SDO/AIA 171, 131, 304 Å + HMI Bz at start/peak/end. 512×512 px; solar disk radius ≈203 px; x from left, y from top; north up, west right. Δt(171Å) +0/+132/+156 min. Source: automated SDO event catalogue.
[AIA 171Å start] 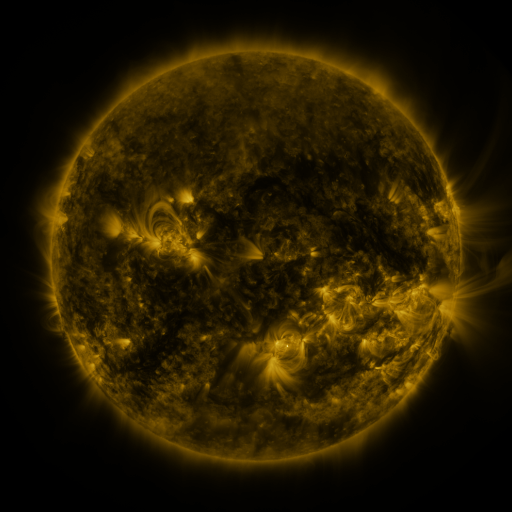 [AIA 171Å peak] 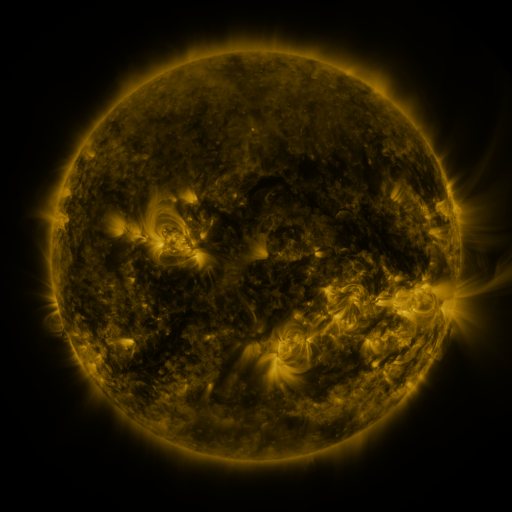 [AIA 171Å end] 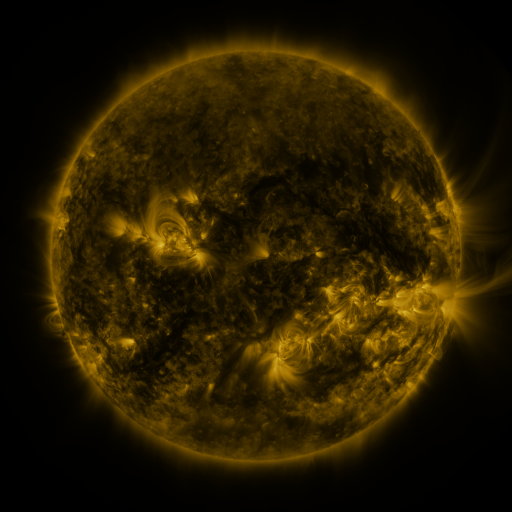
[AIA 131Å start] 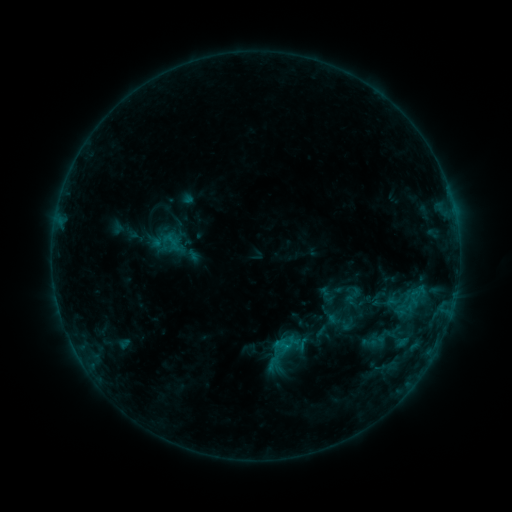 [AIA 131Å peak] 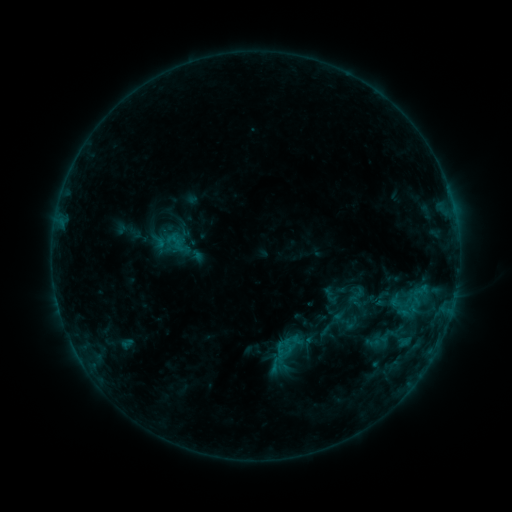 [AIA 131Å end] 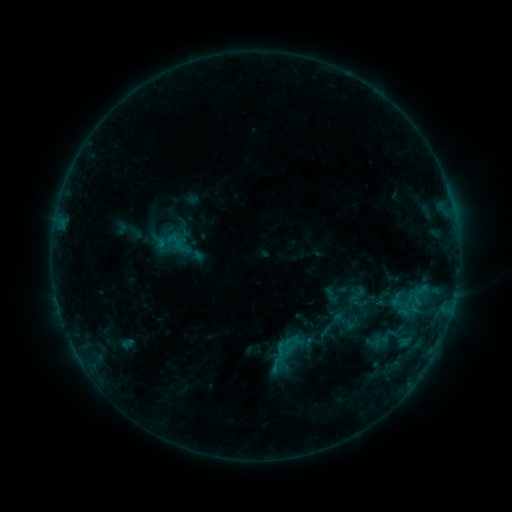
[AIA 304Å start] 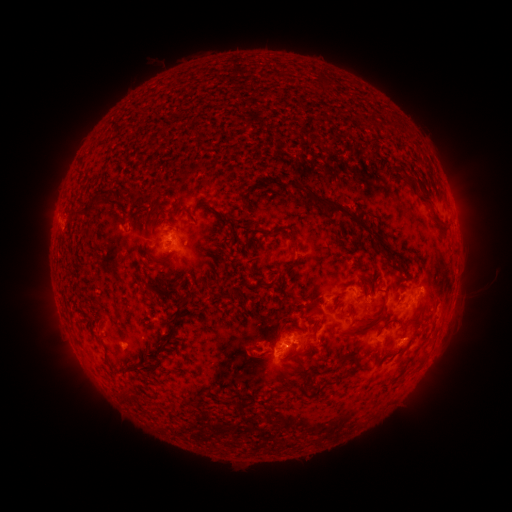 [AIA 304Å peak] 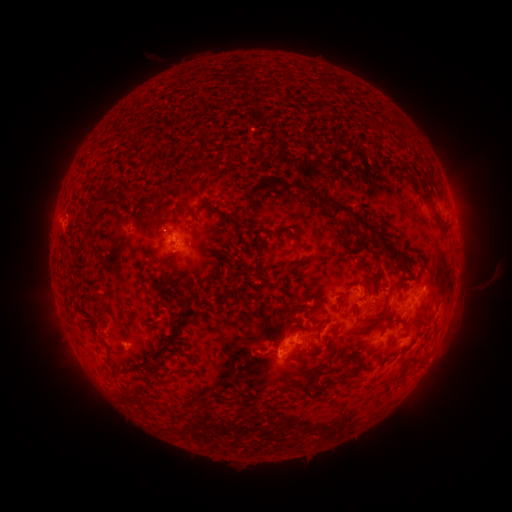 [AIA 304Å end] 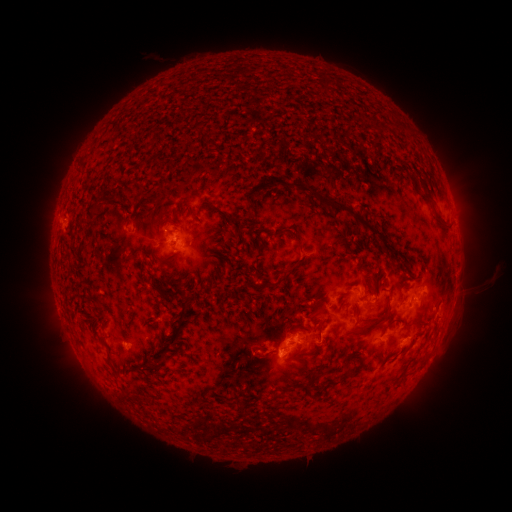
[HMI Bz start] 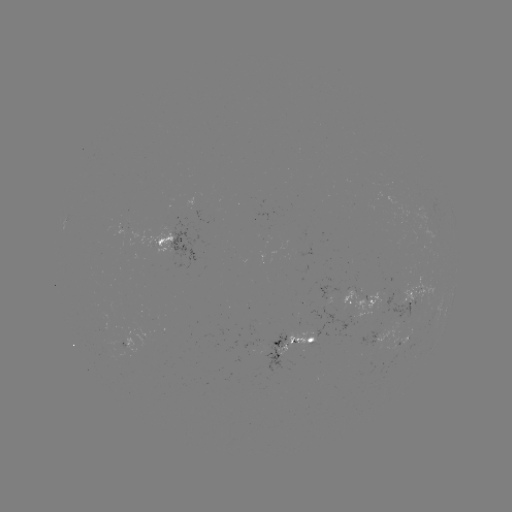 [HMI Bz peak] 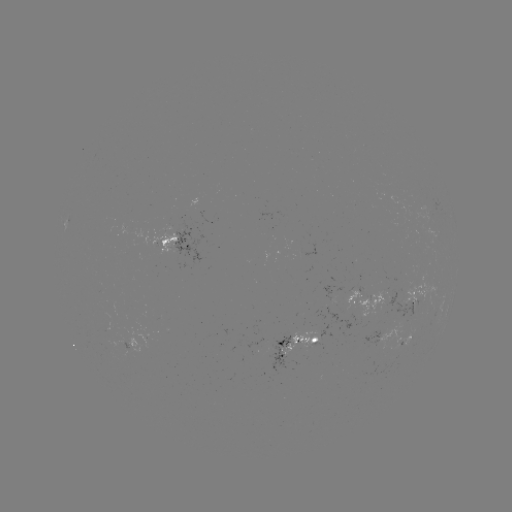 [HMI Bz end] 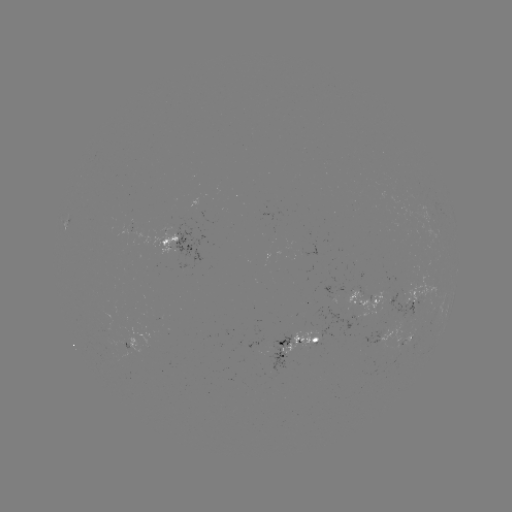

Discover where emerging-flux region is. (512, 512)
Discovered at (275, 349).